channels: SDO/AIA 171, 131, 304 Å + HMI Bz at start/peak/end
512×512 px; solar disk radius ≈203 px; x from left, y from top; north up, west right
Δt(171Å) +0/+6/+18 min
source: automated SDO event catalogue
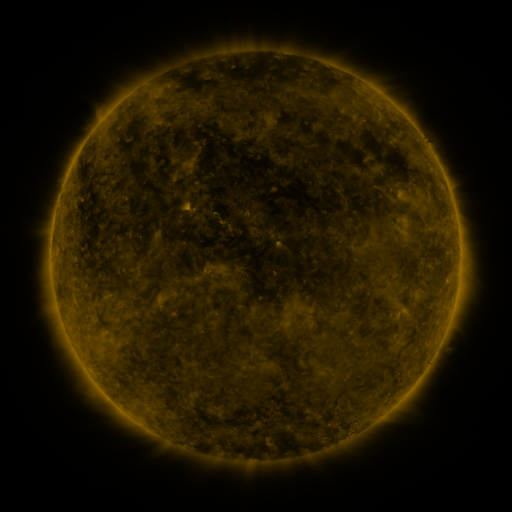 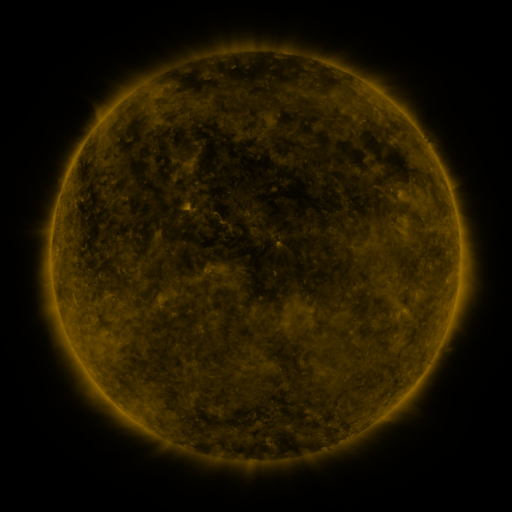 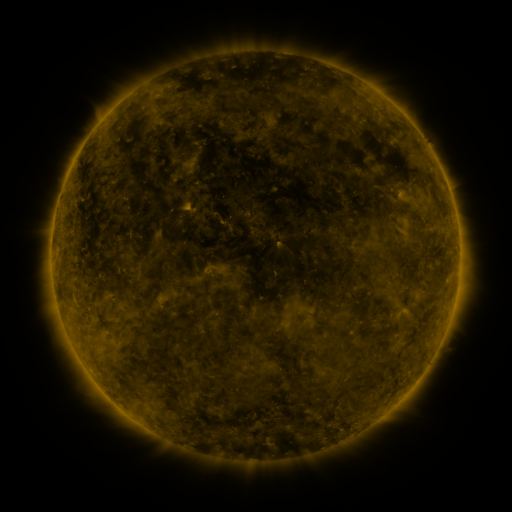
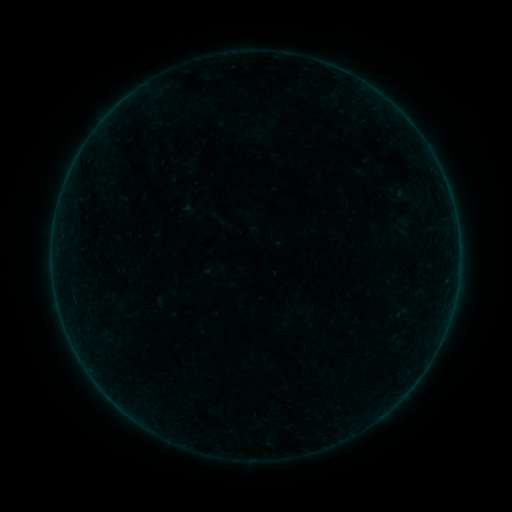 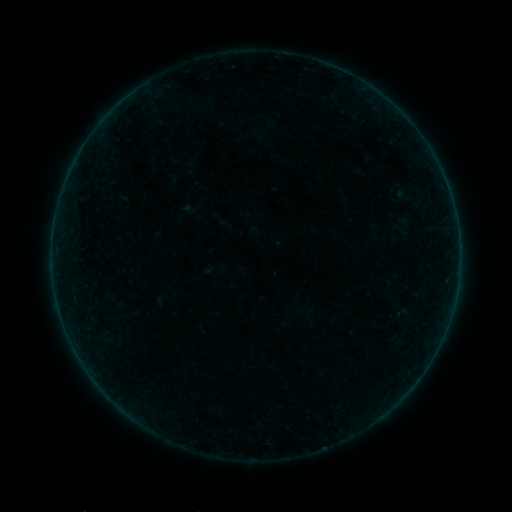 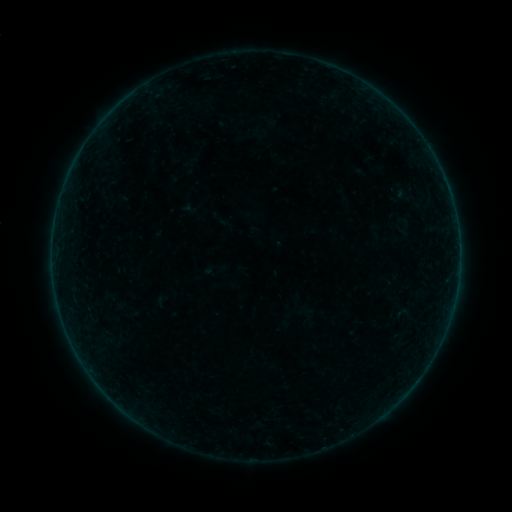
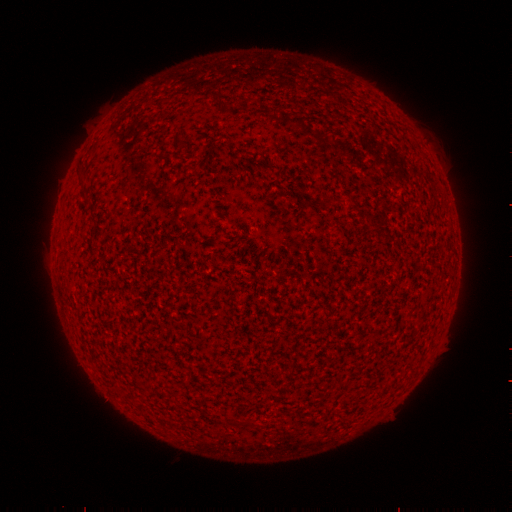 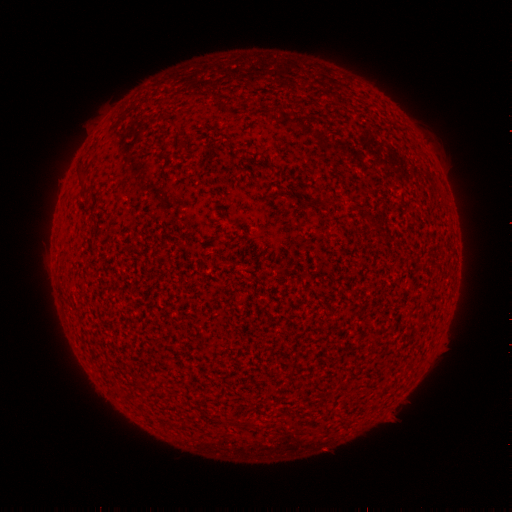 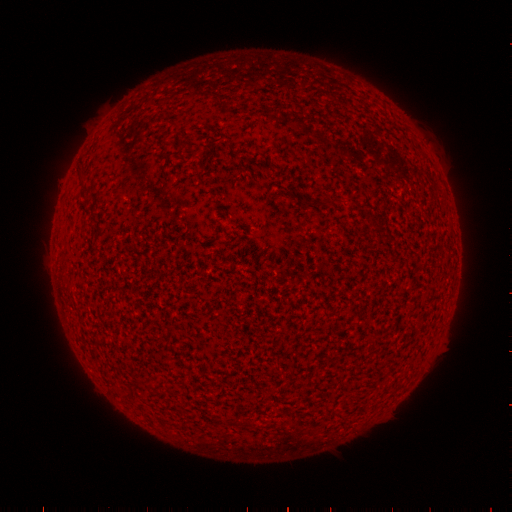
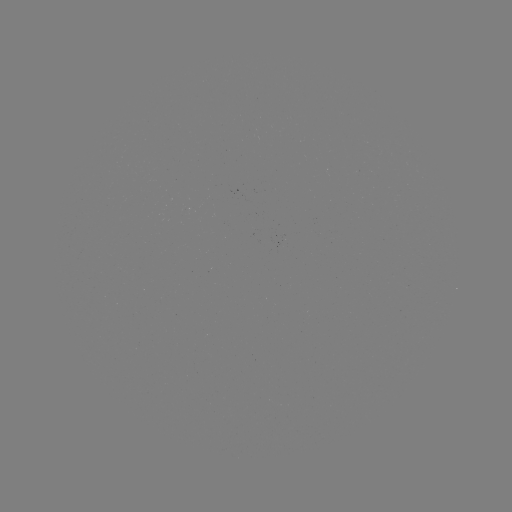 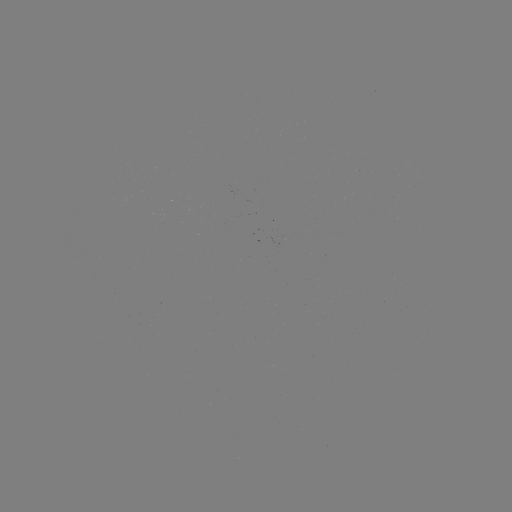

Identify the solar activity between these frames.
no catalogued flare and no flagged EUV brightening in this window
